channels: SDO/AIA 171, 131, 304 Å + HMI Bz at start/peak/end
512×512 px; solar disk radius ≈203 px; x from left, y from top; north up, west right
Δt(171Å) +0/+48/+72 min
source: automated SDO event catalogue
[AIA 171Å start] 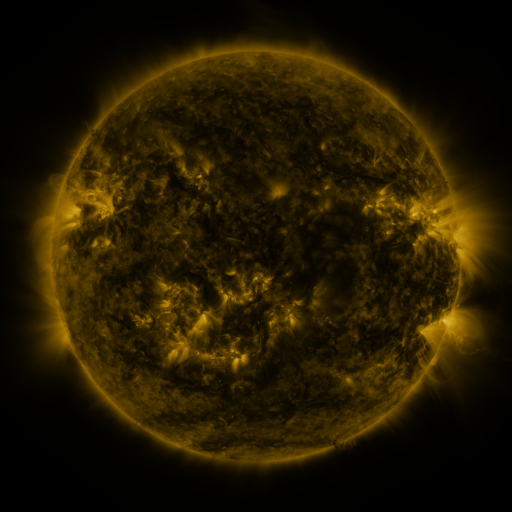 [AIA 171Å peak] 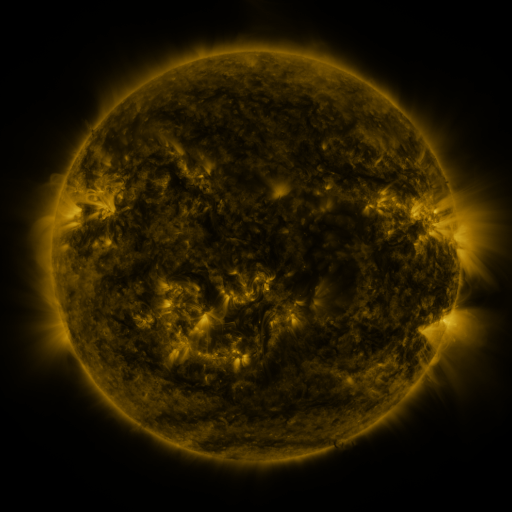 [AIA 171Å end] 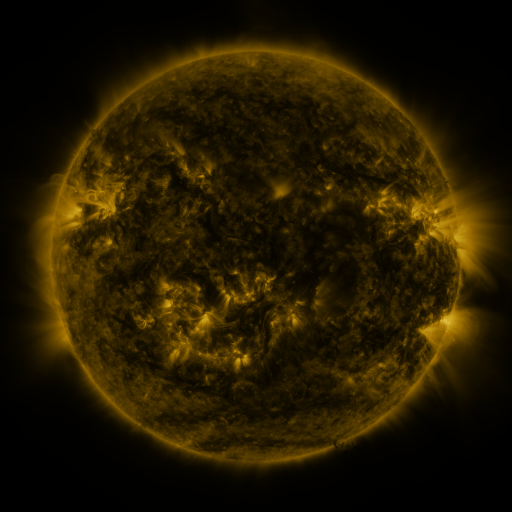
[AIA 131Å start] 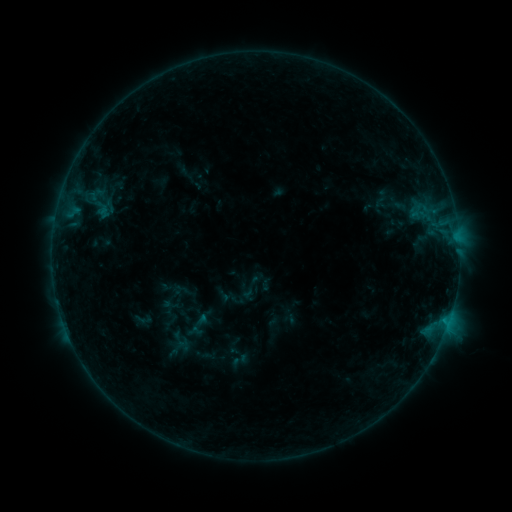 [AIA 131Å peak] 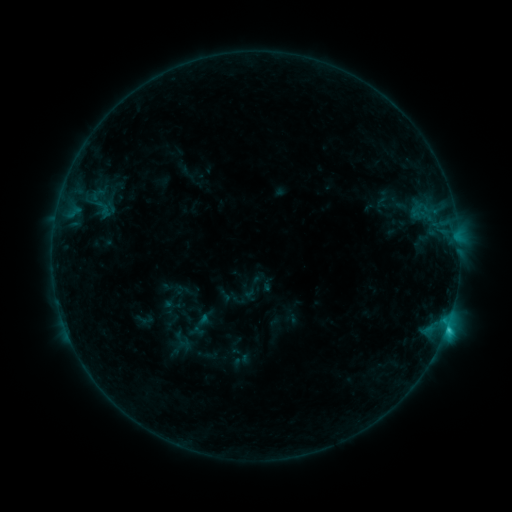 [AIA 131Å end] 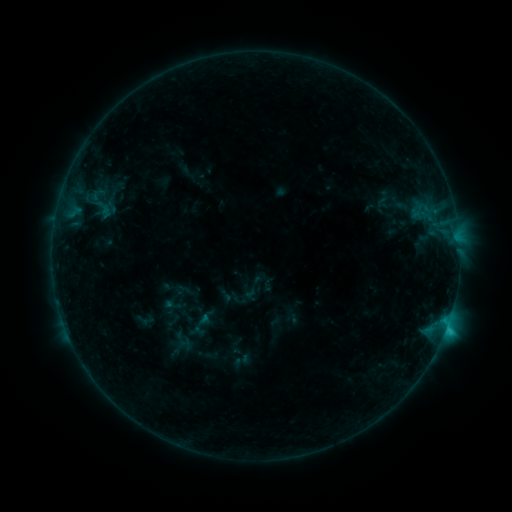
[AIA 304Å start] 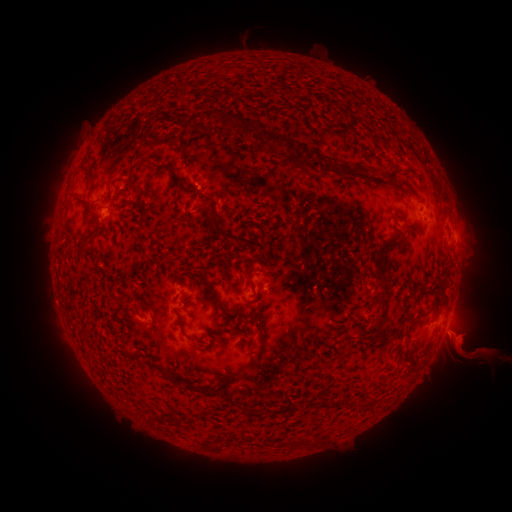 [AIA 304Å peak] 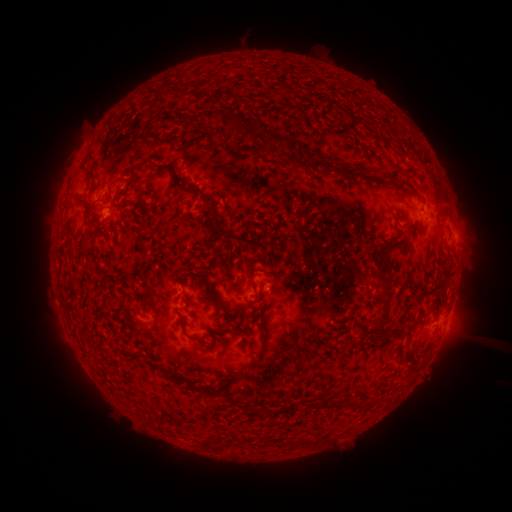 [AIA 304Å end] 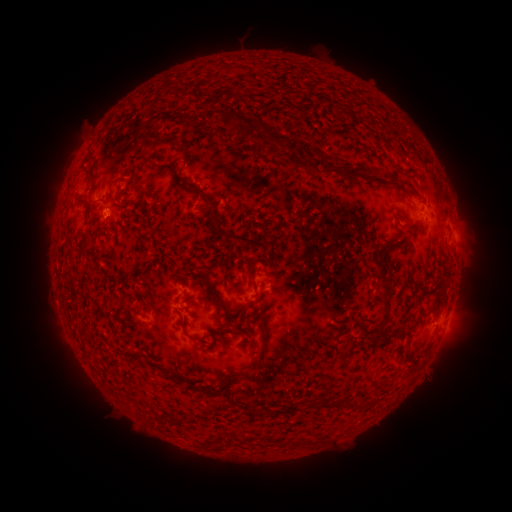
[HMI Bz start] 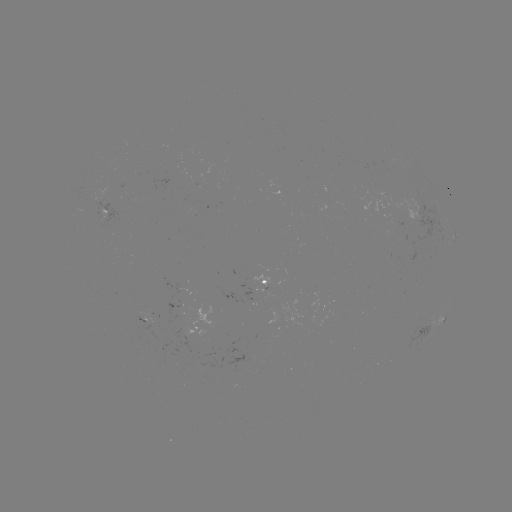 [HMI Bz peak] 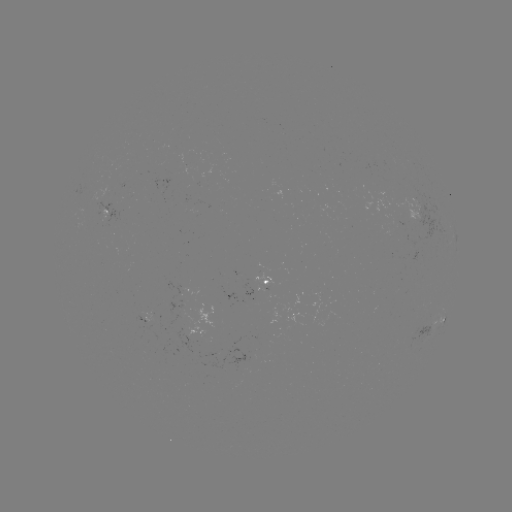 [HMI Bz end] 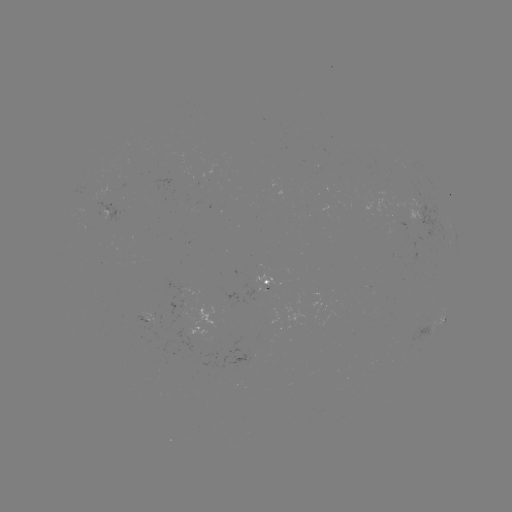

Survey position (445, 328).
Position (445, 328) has C1.4 flare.